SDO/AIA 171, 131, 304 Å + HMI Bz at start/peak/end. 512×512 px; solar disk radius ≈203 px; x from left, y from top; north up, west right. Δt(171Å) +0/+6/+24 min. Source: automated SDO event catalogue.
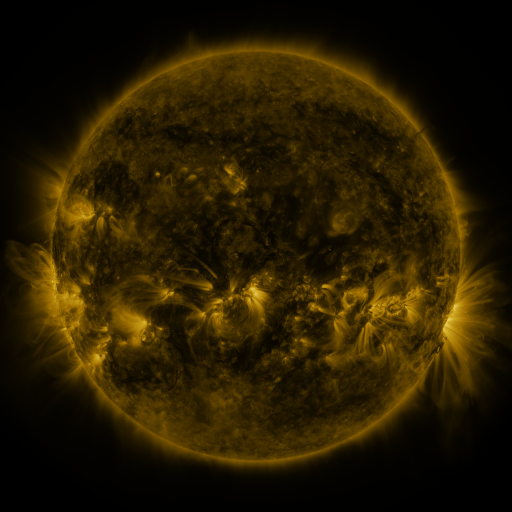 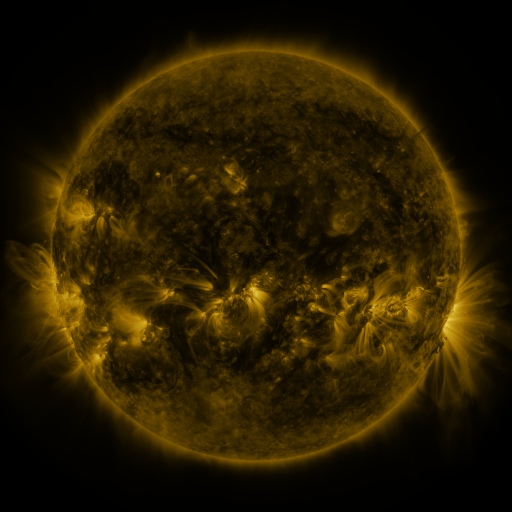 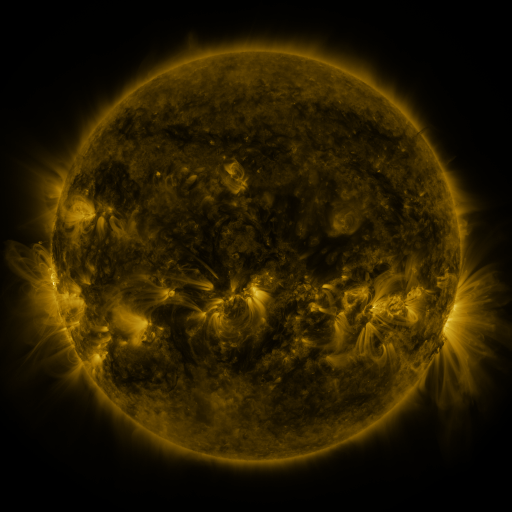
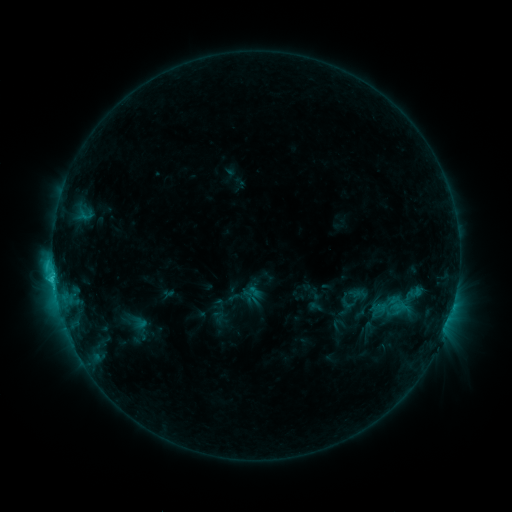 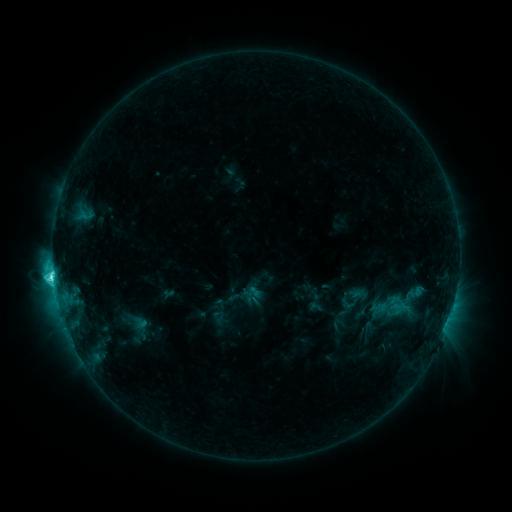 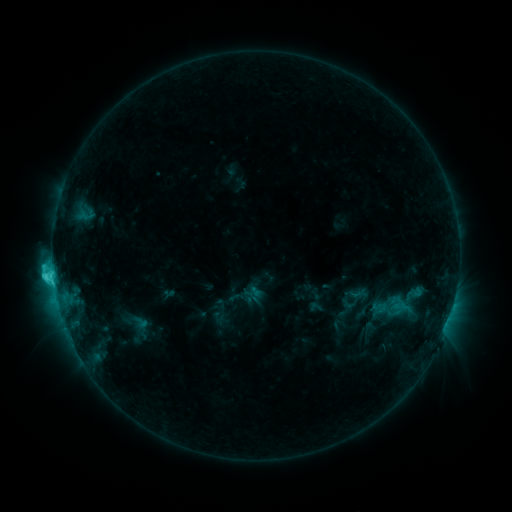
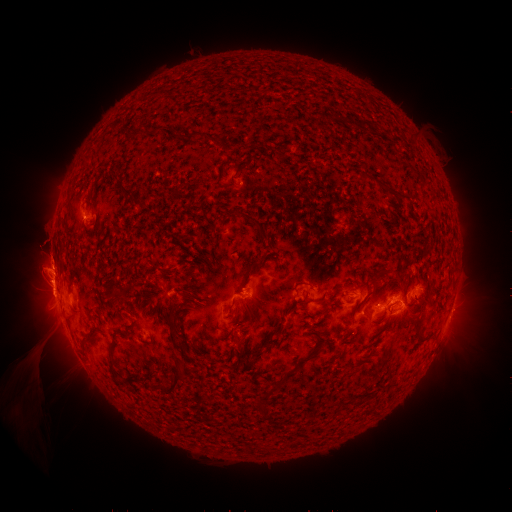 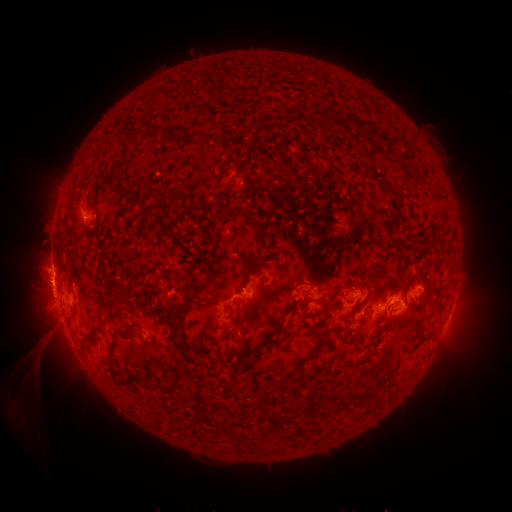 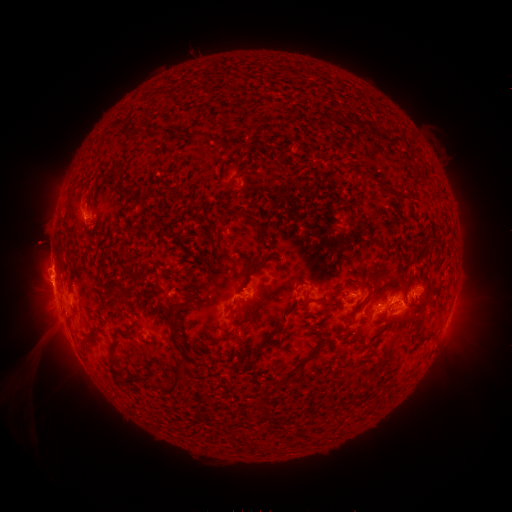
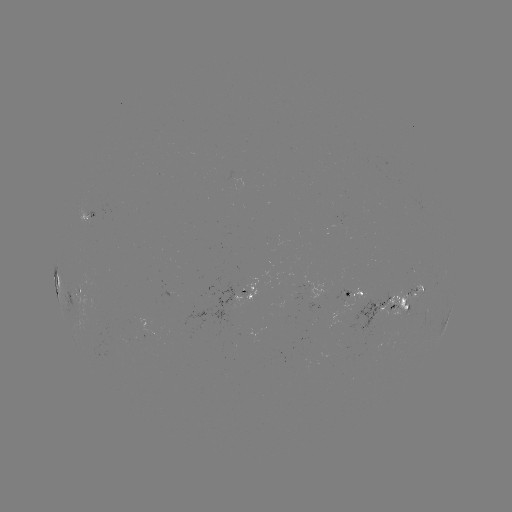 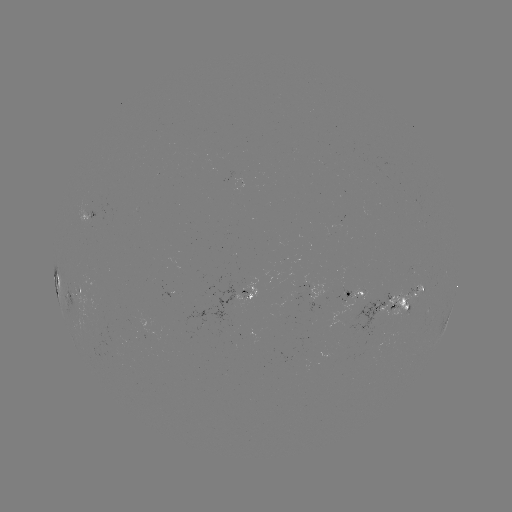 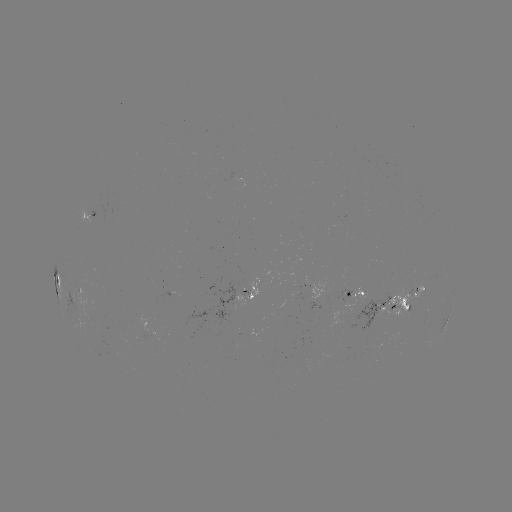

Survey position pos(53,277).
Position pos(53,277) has C6.5 flare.